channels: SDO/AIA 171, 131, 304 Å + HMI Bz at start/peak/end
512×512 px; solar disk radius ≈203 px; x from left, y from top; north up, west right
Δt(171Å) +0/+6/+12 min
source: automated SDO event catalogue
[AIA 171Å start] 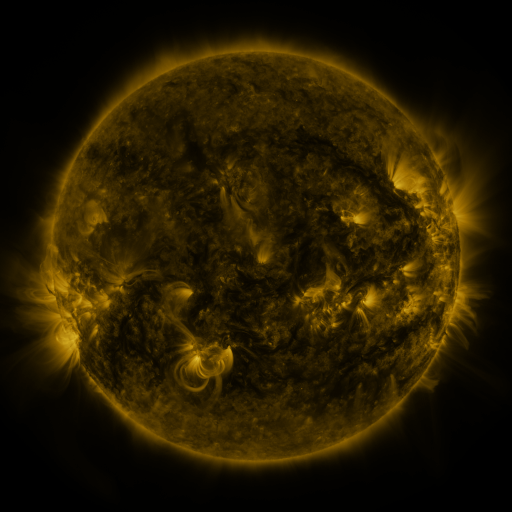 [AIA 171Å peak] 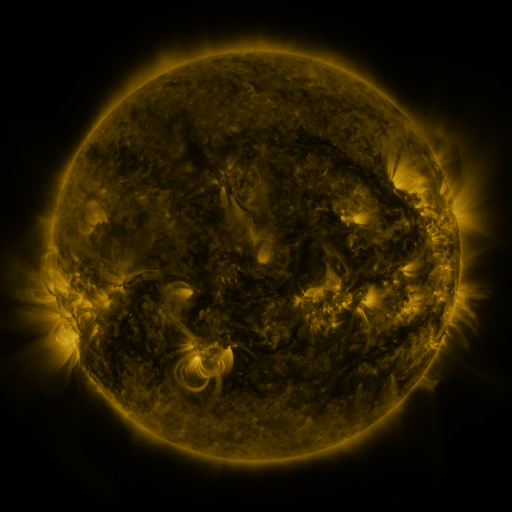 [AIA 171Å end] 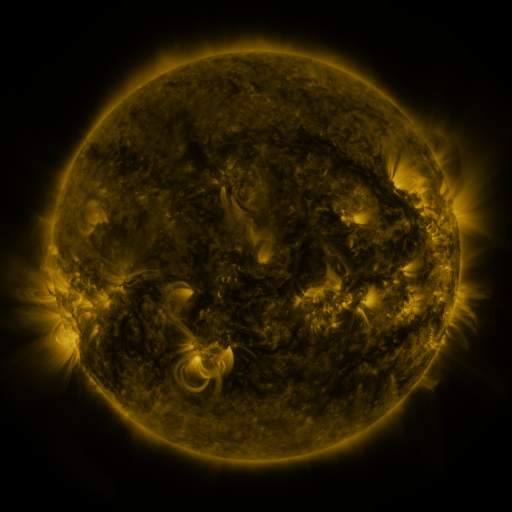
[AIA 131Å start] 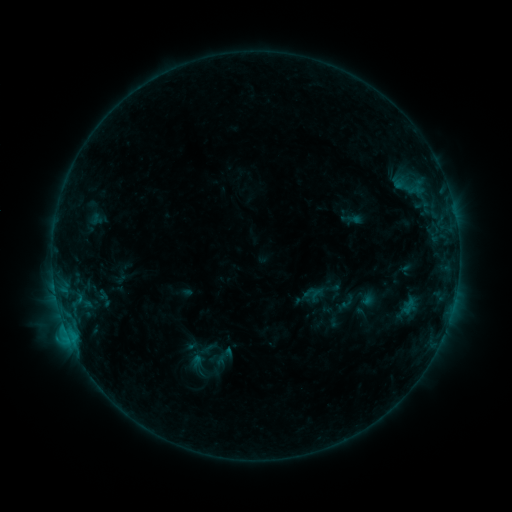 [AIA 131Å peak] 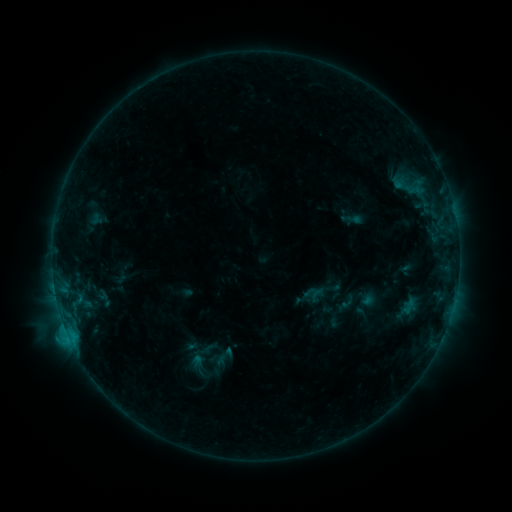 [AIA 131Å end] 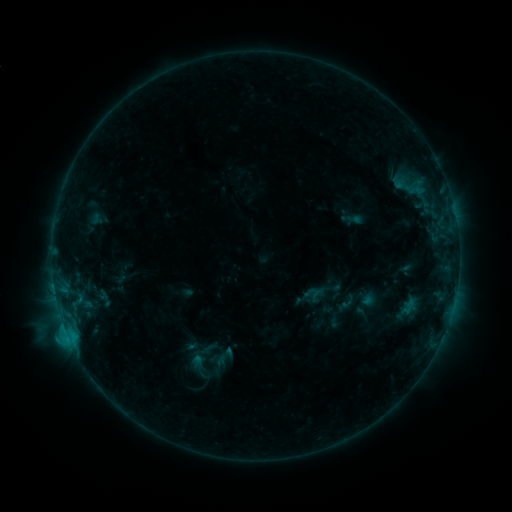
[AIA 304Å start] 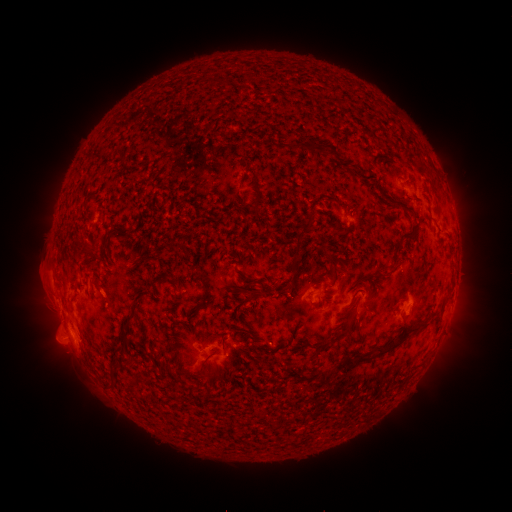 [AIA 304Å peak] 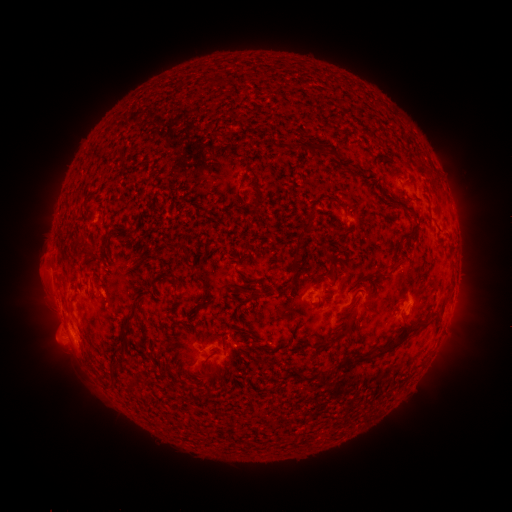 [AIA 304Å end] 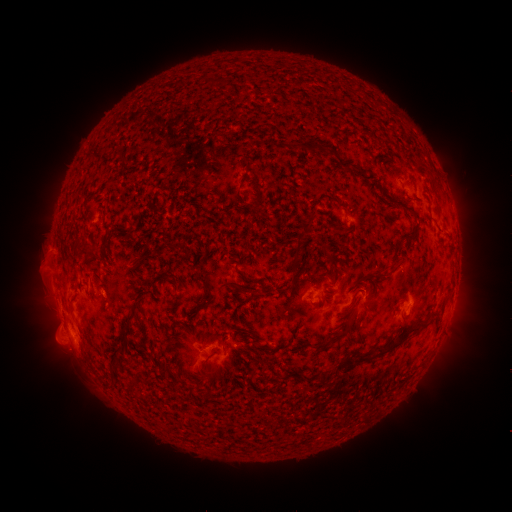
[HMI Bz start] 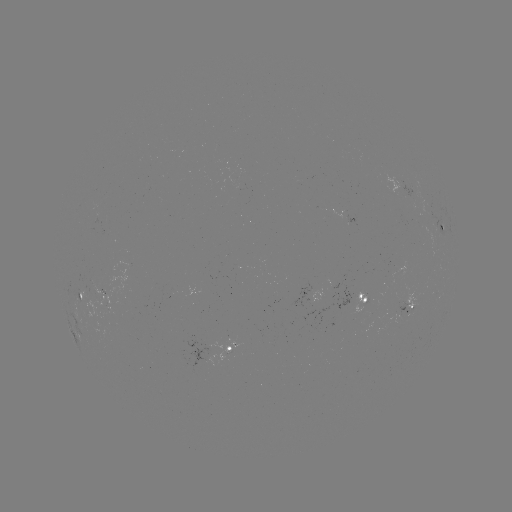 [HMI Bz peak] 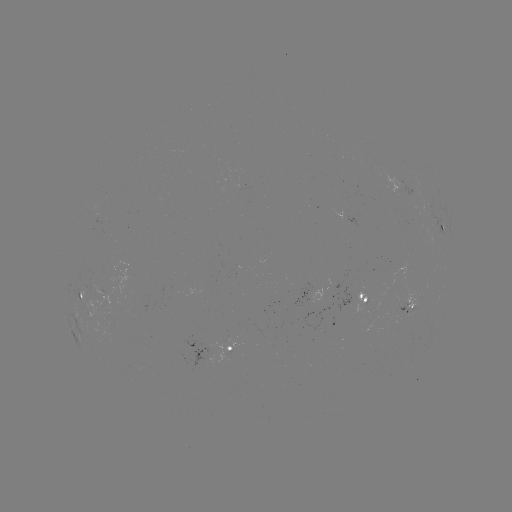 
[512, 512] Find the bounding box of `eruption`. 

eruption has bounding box [28, 249, 61, 282].